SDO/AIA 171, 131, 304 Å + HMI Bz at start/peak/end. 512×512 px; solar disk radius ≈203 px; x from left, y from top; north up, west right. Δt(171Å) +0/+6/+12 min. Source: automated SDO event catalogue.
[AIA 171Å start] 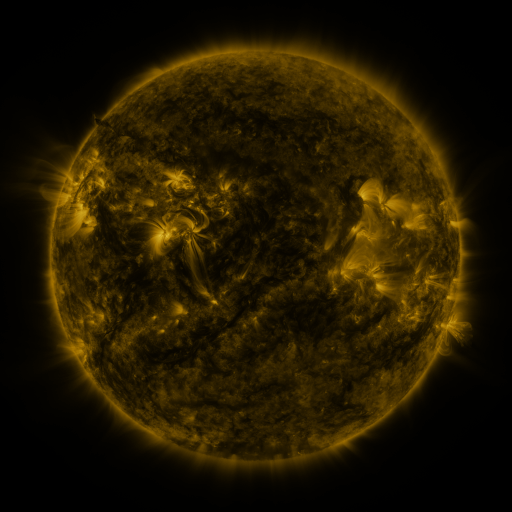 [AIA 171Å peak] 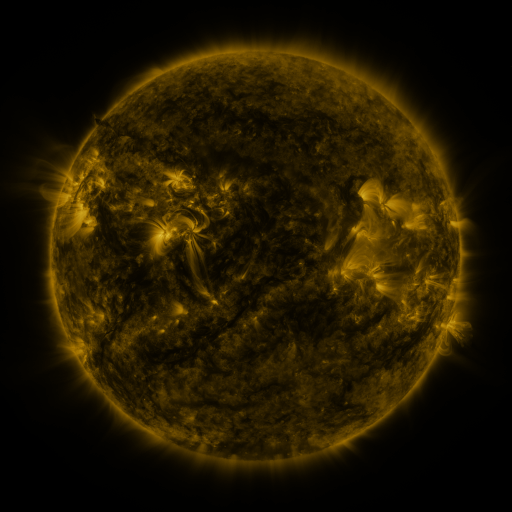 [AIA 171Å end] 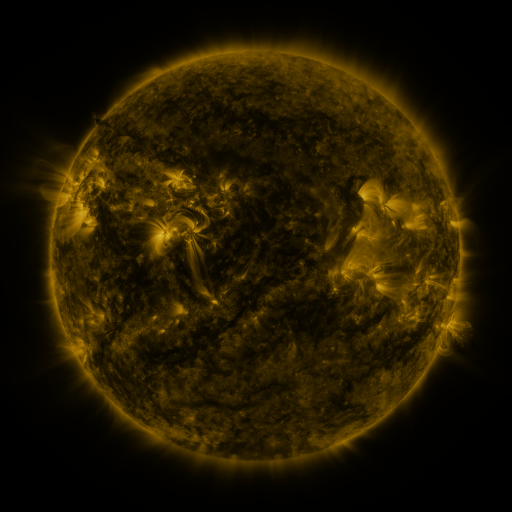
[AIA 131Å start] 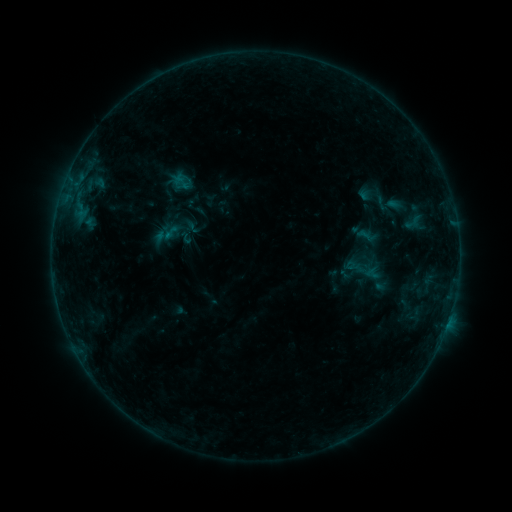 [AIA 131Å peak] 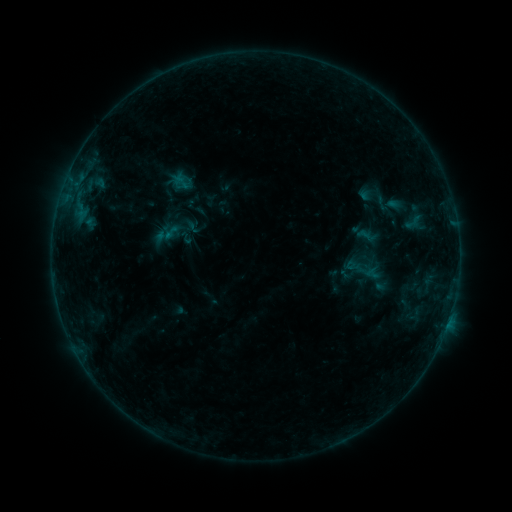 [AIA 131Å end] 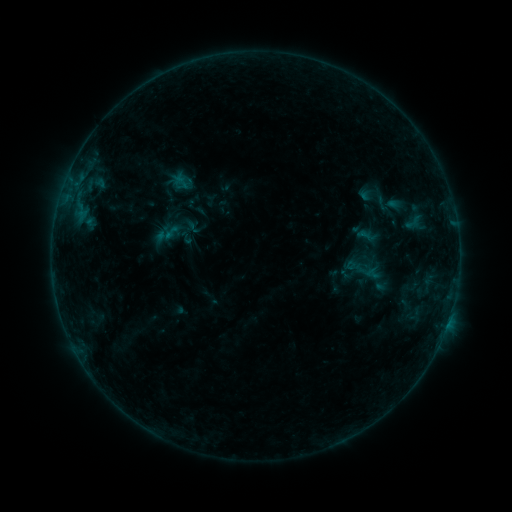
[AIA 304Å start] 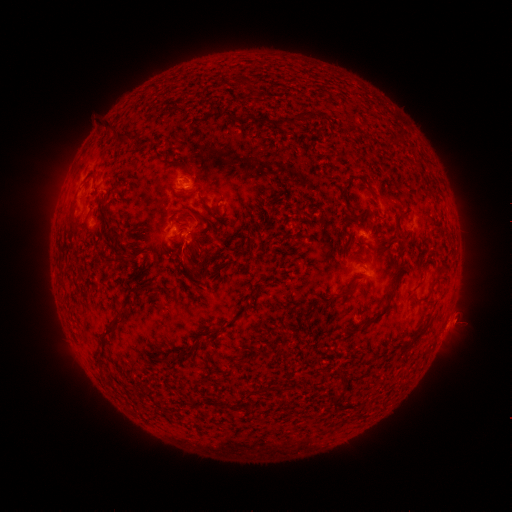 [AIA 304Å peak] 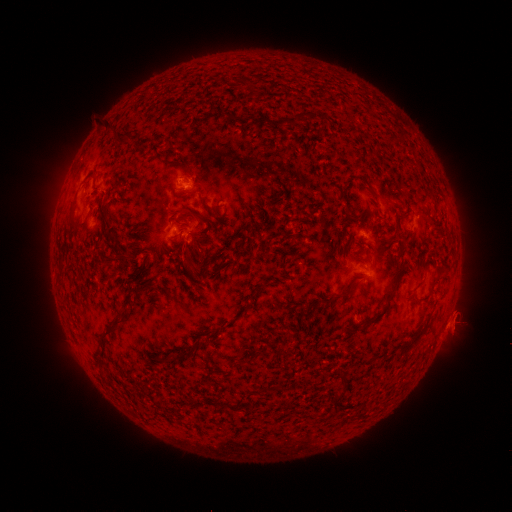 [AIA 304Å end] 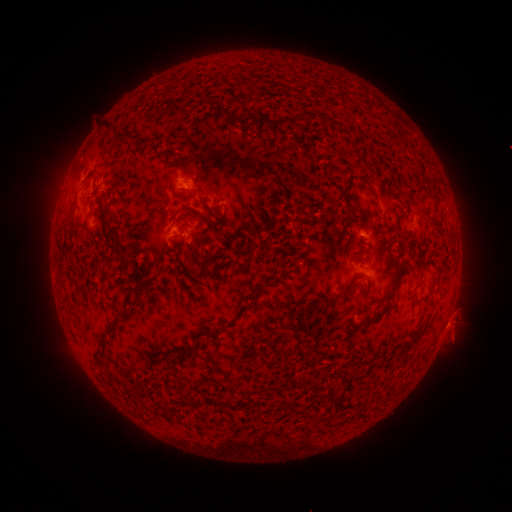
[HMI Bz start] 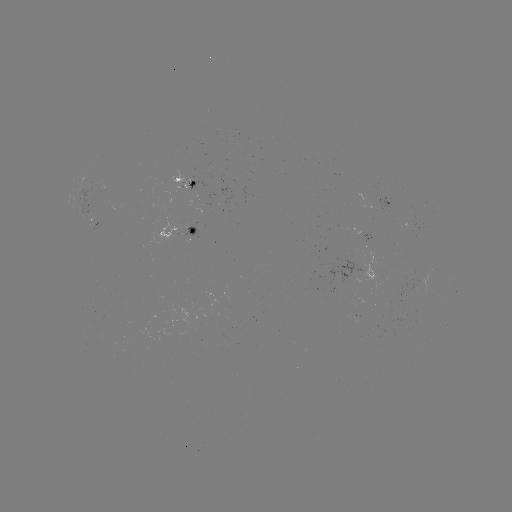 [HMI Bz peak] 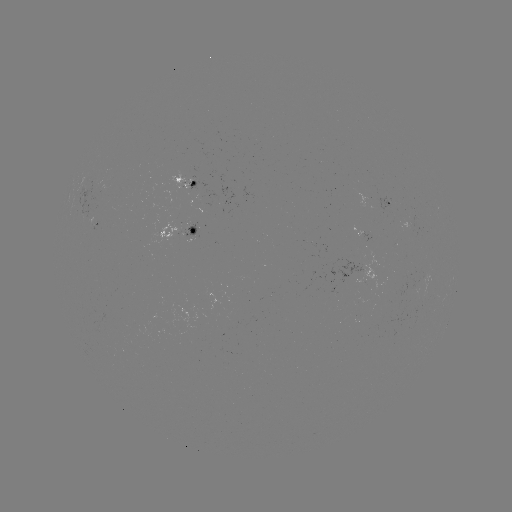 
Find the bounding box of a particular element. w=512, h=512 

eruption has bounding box [443, 308, 469, 339].